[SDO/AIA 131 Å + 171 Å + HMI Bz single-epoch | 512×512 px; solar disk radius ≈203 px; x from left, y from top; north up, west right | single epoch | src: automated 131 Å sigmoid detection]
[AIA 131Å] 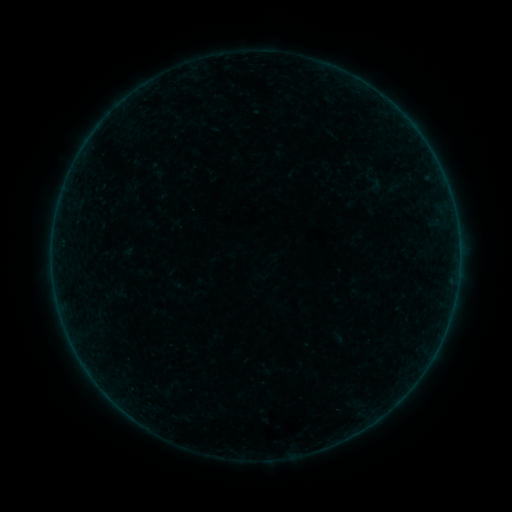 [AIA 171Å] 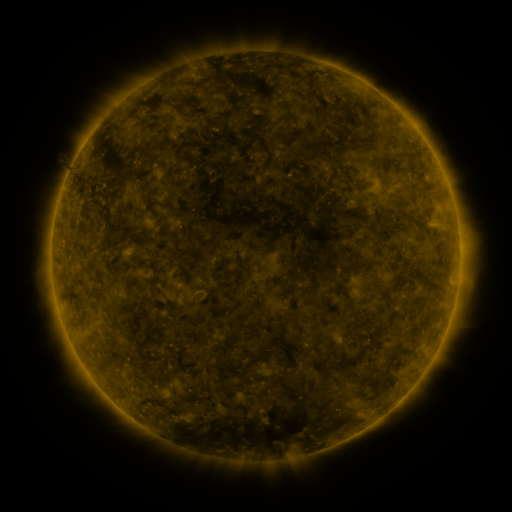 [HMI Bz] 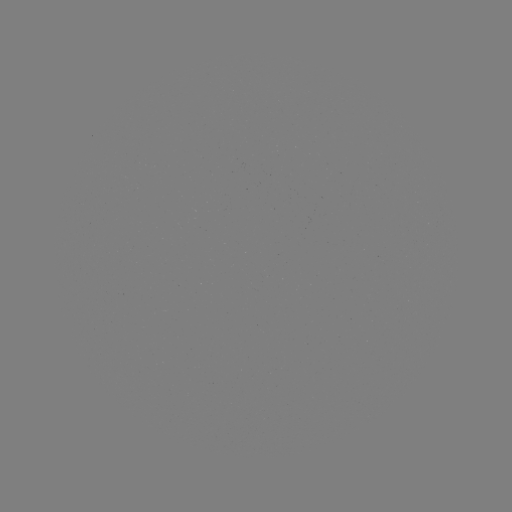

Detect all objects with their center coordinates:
sigmoid: [361, 172, 385, 193]
